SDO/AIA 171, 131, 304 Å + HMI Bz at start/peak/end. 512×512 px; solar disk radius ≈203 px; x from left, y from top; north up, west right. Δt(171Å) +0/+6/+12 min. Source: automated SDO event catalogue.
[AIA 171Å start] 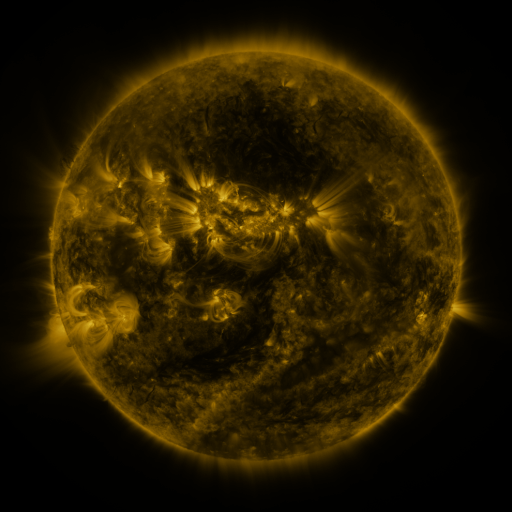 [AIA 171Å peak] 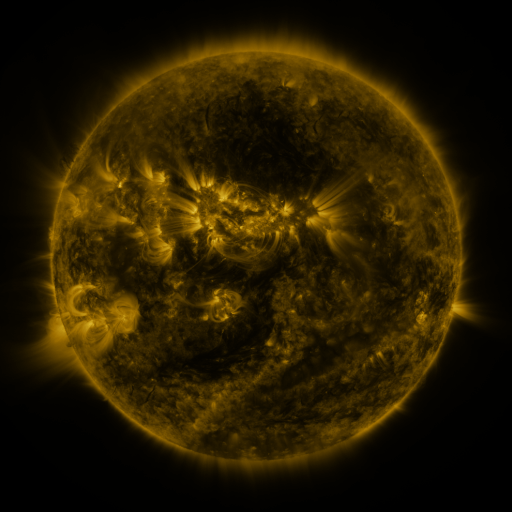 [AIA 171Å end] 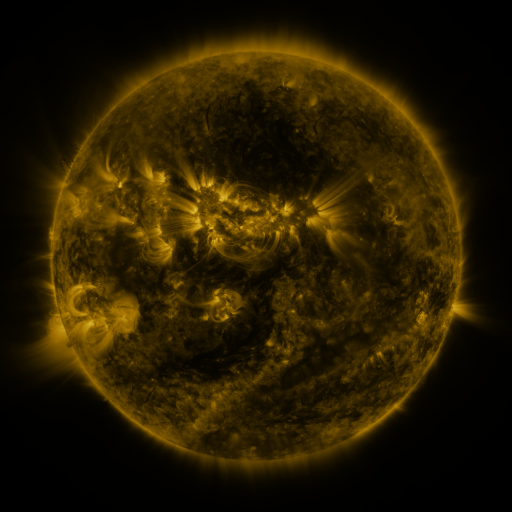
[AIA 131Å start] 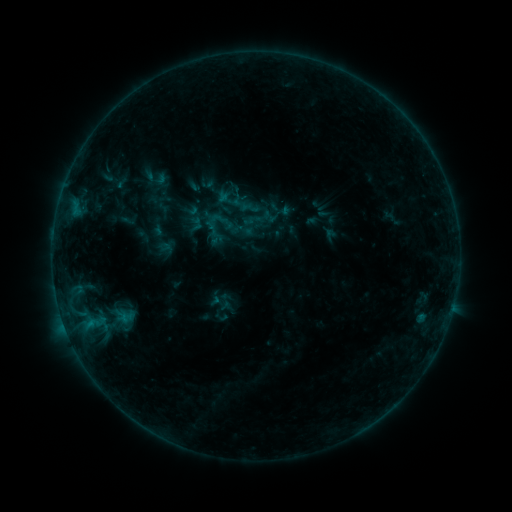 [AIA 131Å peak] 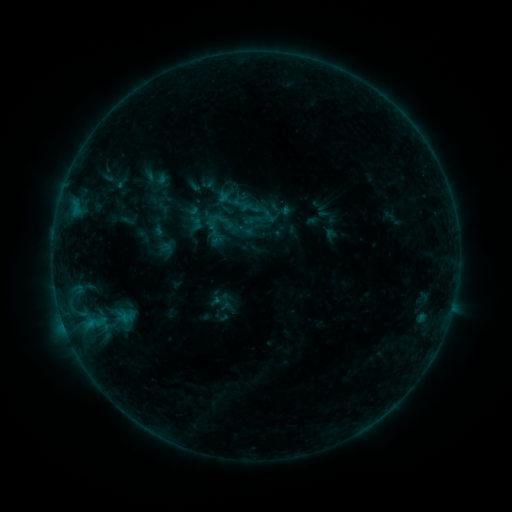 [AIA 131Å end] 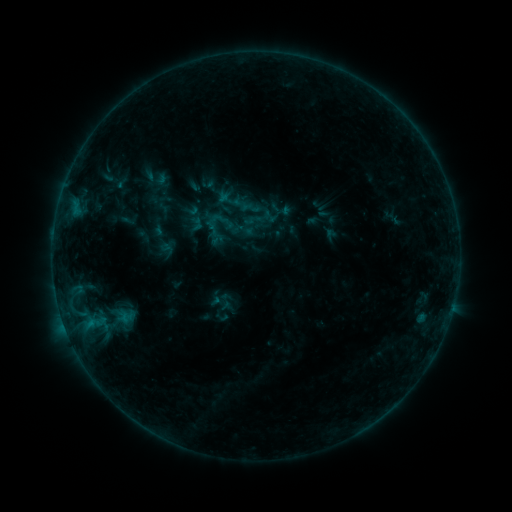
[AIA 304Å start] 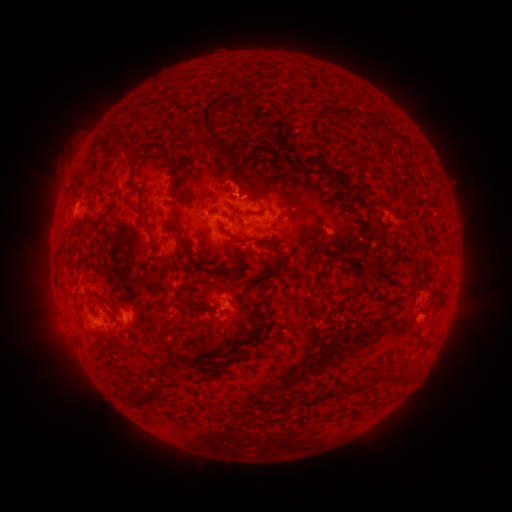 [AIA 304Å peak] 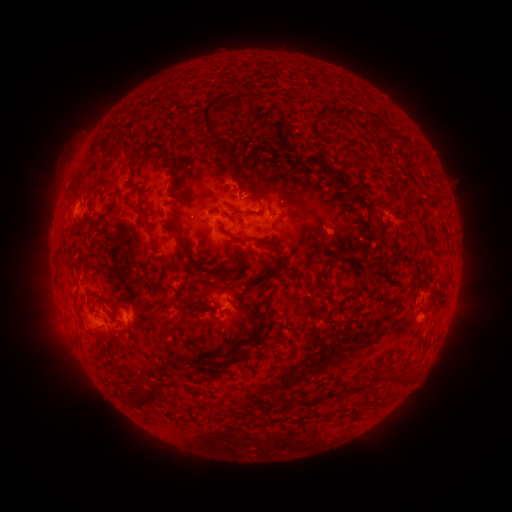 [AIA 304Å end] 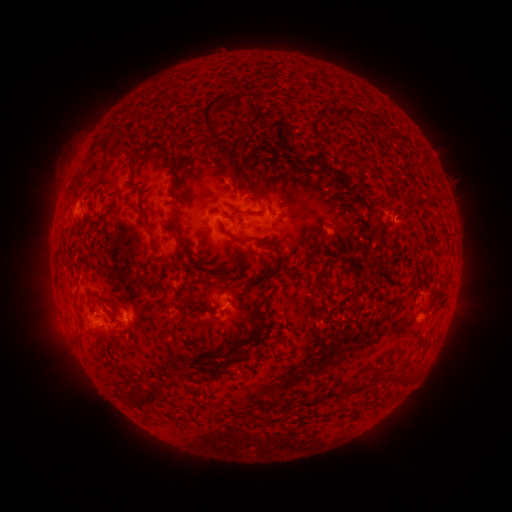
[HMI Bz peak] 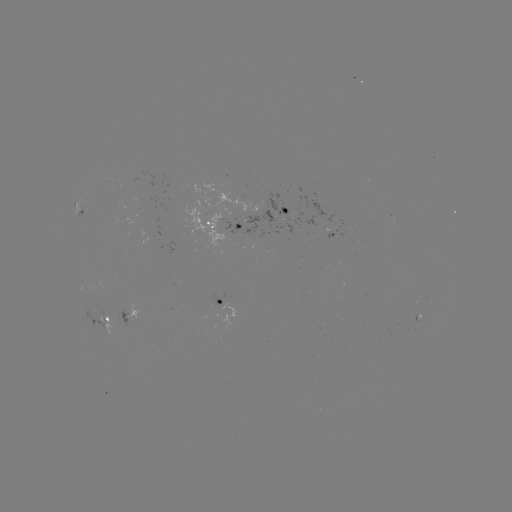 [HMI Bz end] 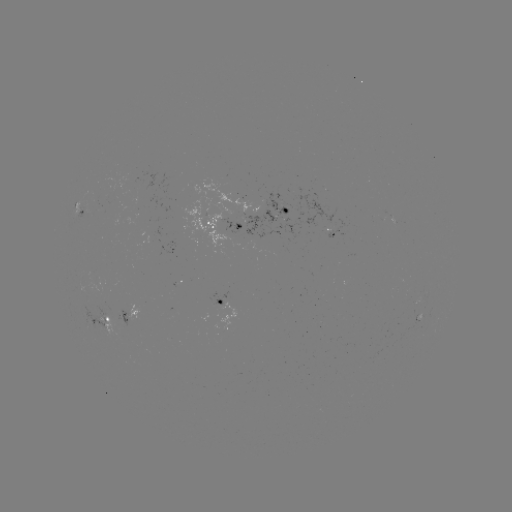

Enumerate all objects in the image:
eruption: (236, 178)
